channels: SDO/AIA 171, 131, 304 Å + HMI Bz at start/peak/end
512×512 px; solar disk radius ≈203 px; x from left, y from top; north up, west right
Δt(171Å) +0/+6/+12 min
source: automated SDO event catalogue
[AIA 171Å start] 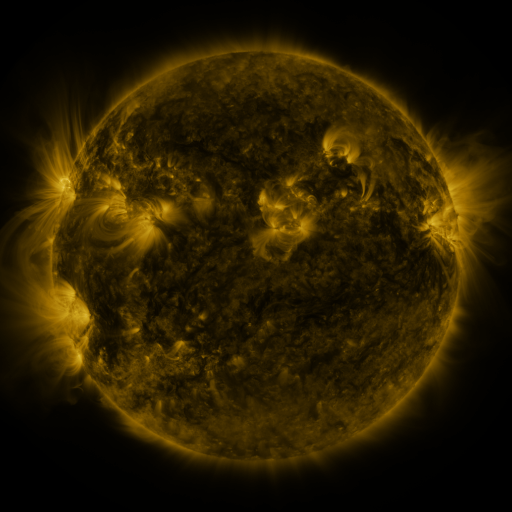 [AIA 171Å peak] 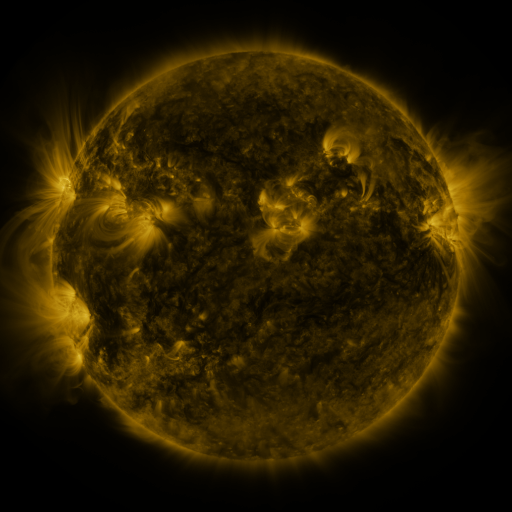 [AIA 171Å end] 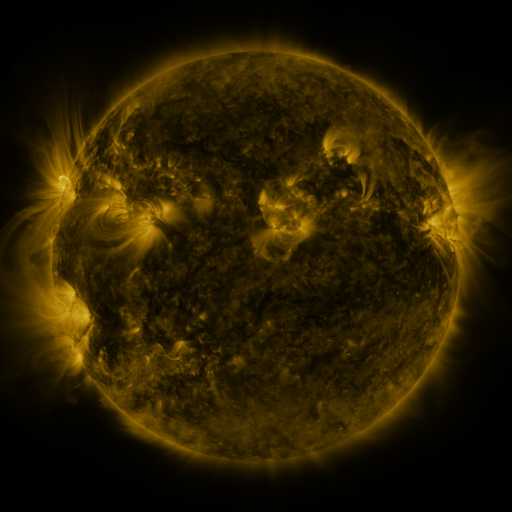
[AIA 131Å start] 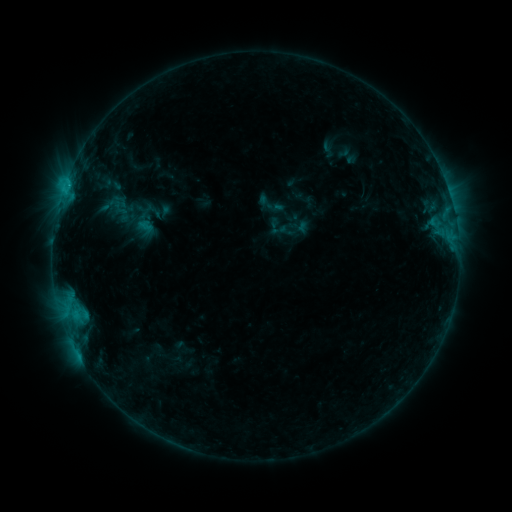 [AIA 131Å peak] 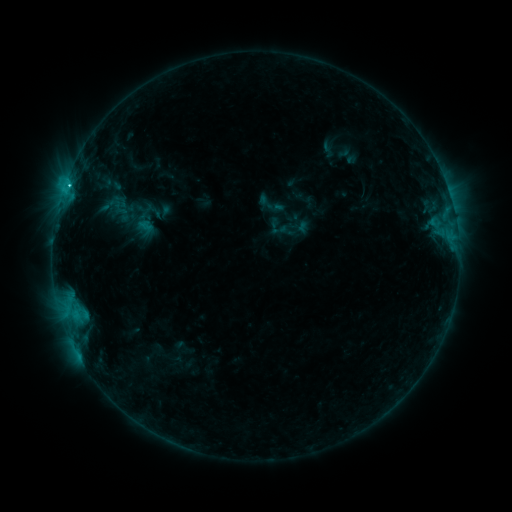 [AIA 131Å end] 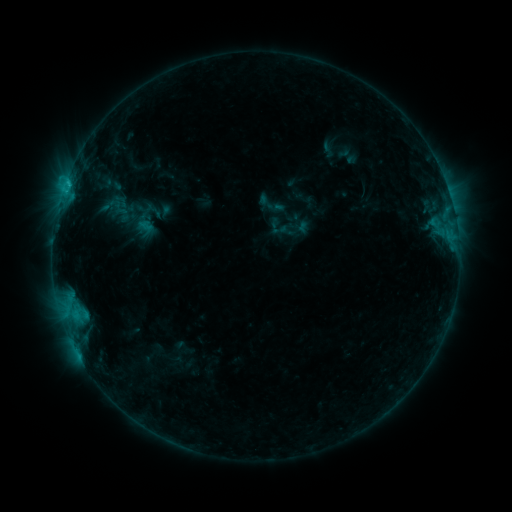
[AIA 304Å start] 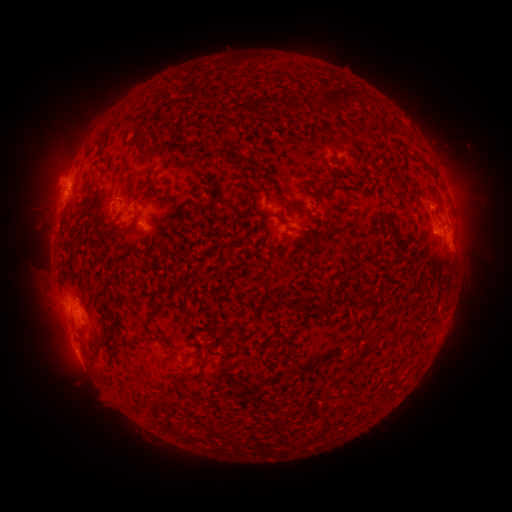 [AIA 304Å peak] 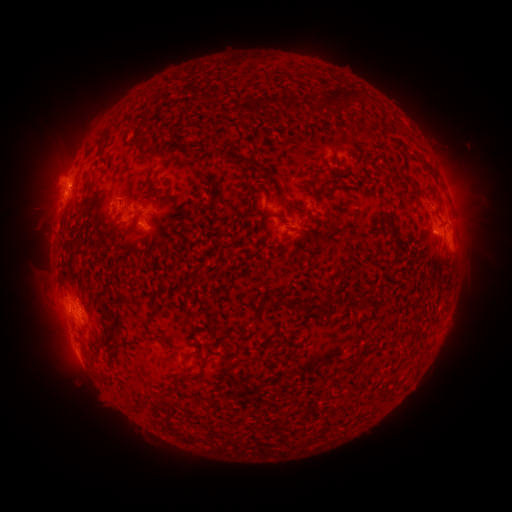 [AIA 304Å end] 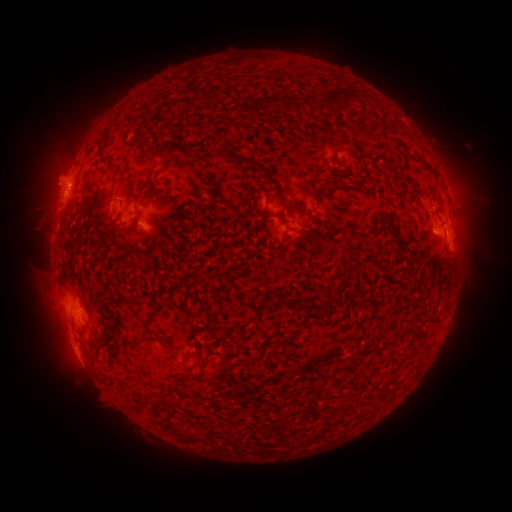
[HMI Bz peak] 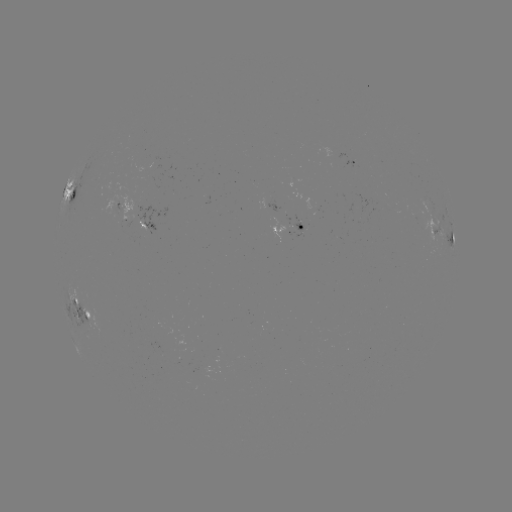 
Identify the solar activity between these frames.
C1.6 flare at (70, 190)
